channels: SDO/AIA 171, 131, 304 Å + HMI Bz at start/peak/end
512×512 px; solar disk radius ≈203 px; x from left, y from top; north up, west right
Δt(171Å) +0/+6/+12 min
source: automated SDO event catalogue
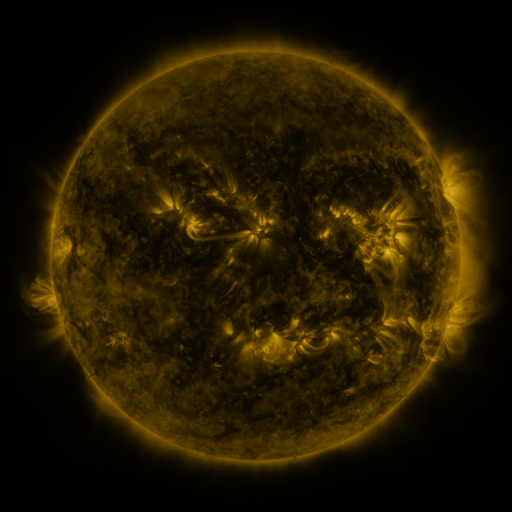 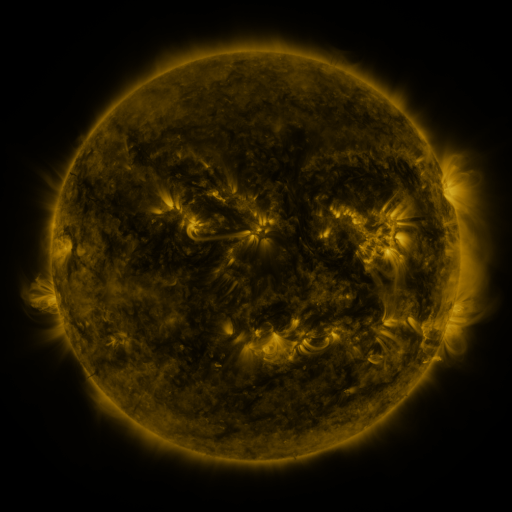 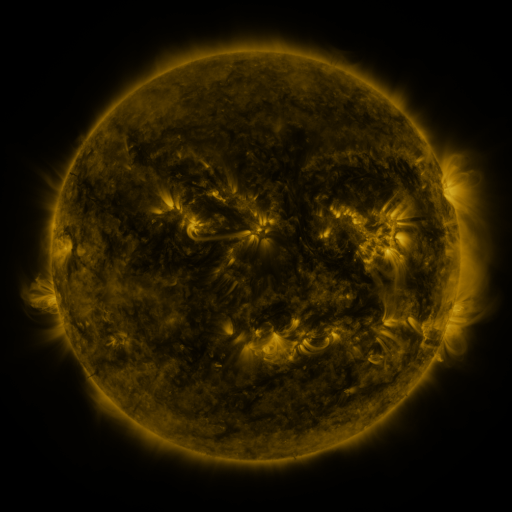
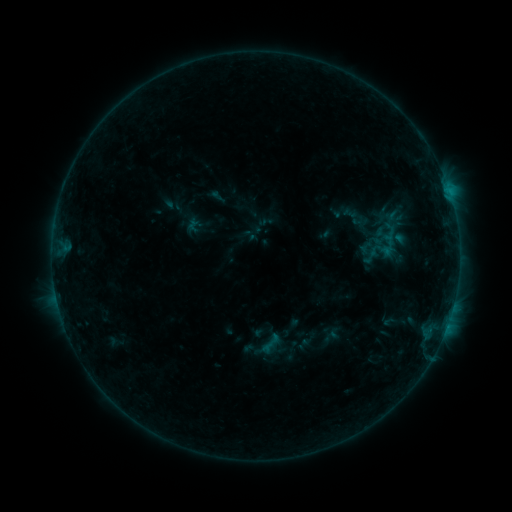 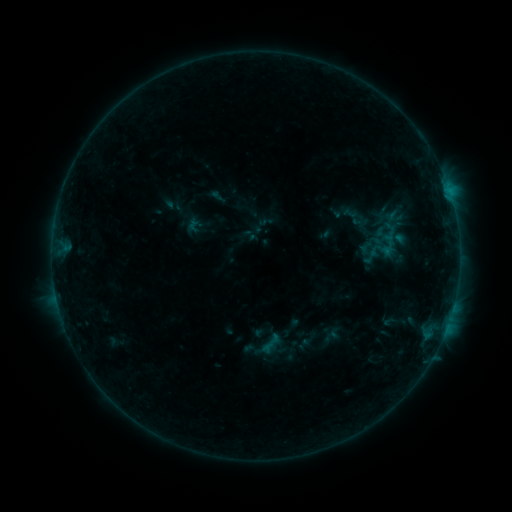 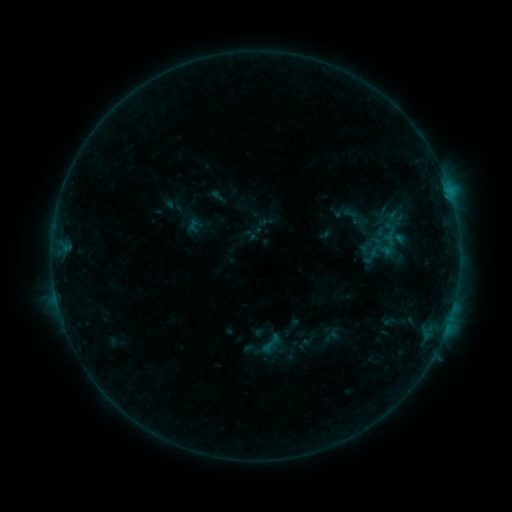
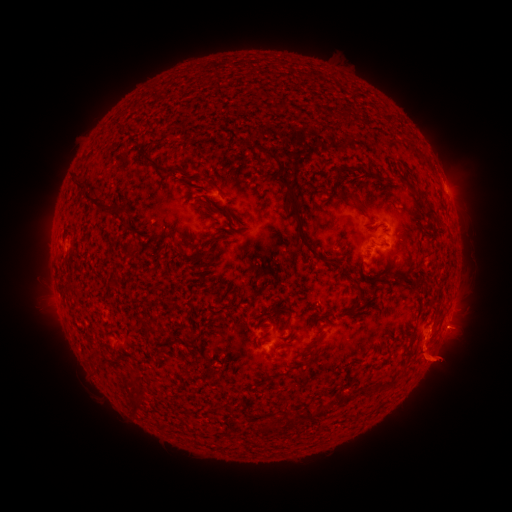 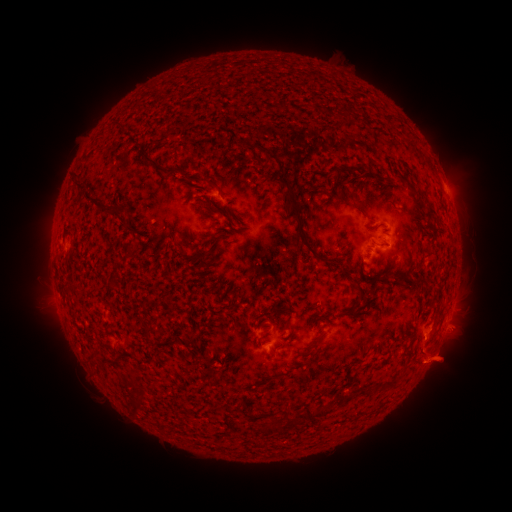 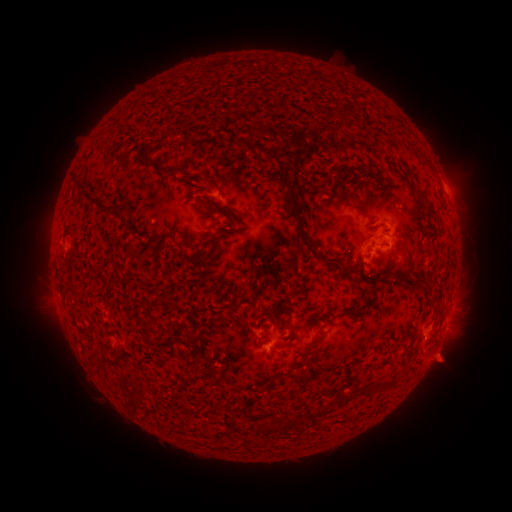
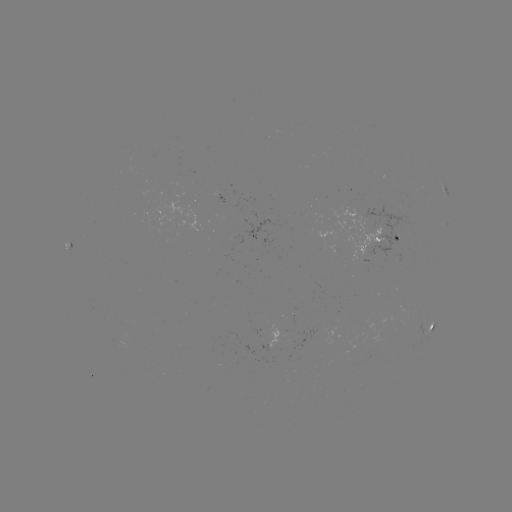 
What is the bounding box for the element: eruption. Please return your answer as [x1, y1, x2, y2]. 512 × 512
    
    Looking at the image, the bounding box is [396, 320, 475, 395].